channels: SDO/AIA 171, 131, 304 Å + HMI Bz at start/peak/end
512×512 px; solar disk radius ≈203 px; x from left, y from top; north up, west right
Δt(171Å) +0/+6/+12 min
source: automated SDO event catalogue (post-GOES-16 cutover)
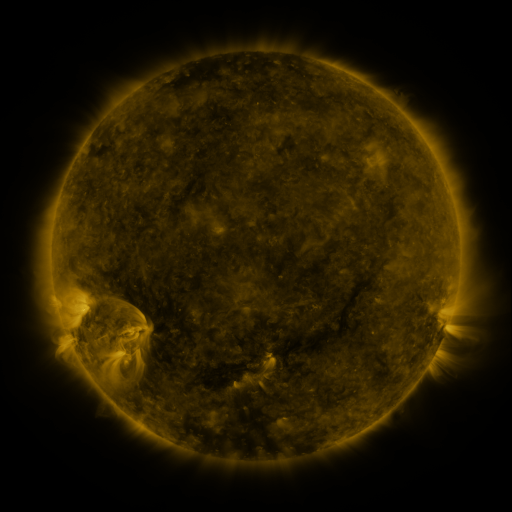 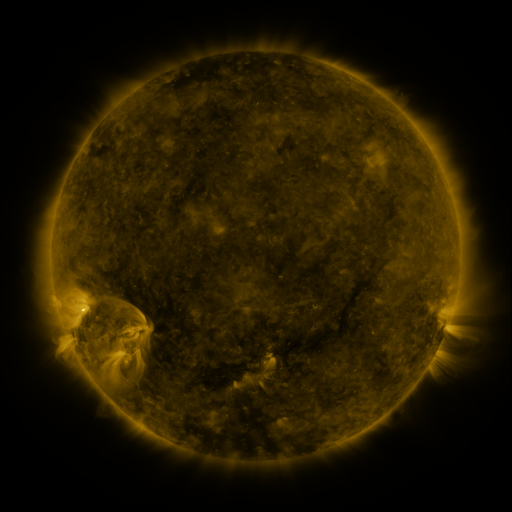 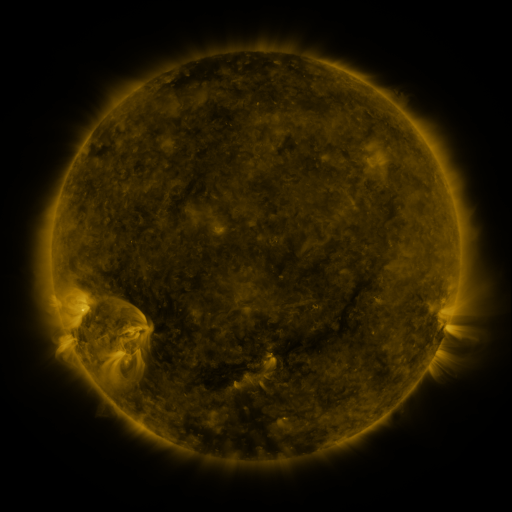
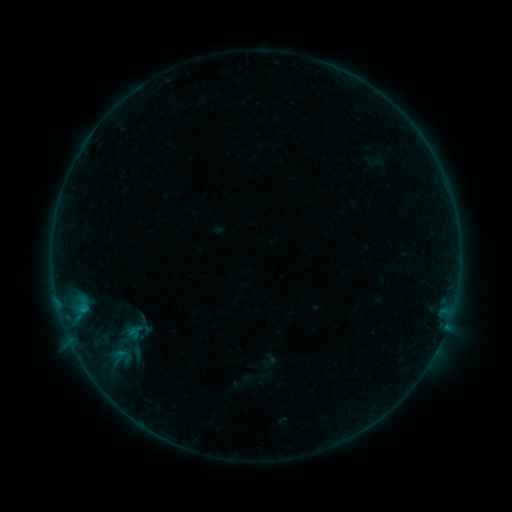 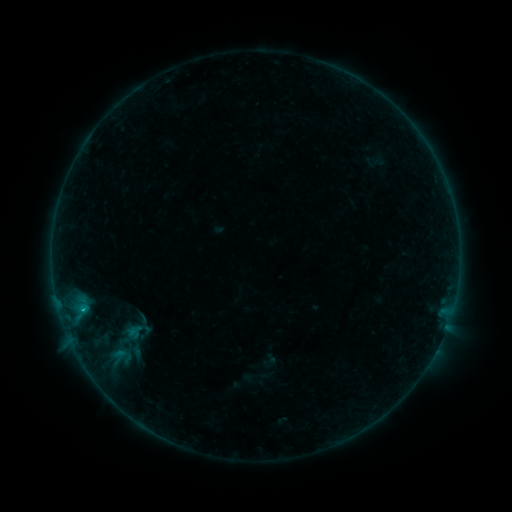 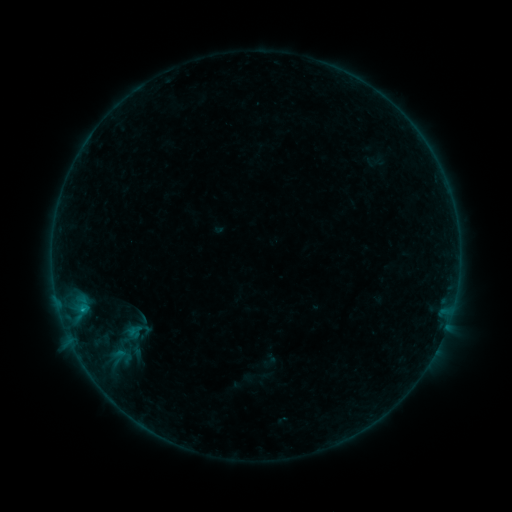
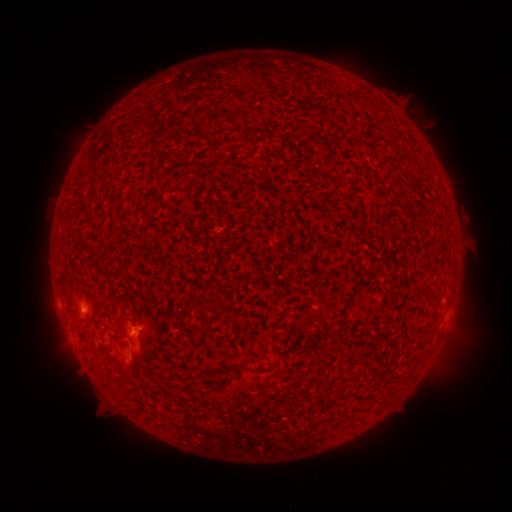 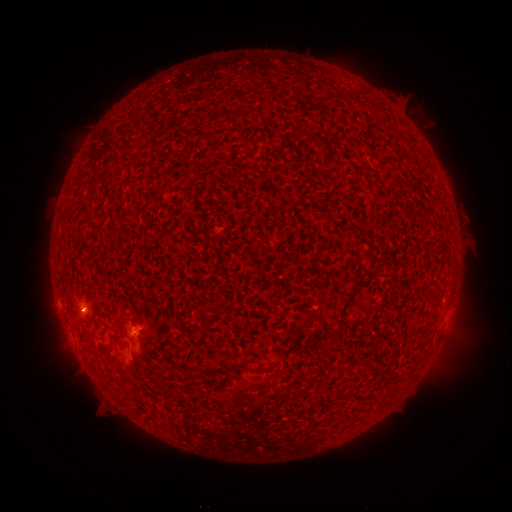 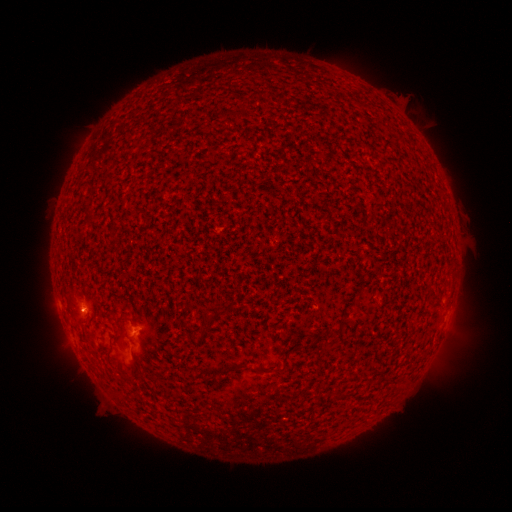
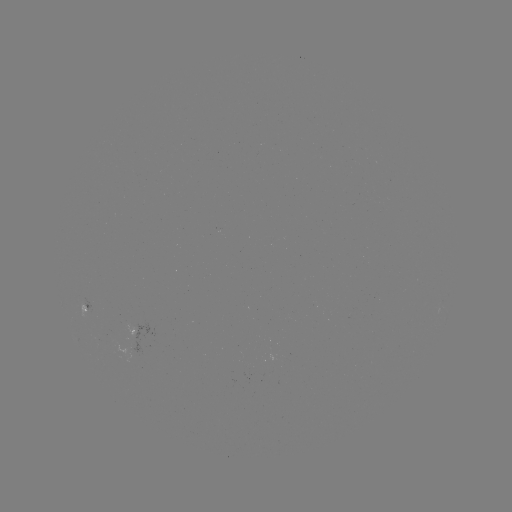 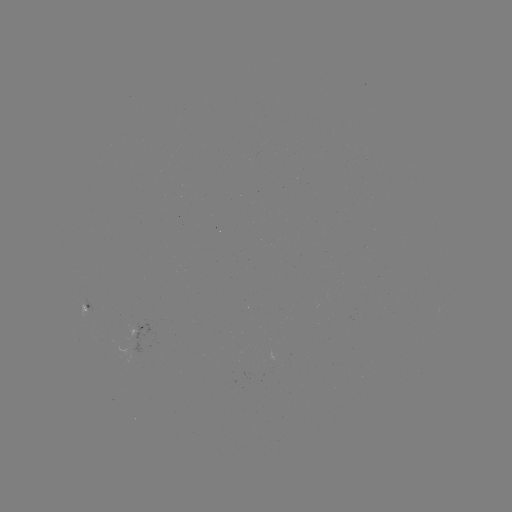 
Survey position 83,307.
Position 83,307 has B5.3 flare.